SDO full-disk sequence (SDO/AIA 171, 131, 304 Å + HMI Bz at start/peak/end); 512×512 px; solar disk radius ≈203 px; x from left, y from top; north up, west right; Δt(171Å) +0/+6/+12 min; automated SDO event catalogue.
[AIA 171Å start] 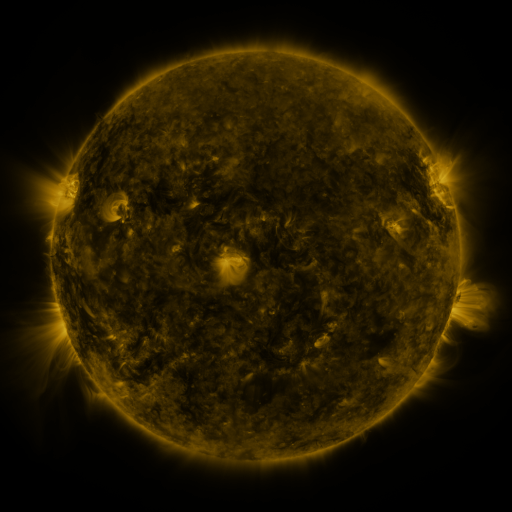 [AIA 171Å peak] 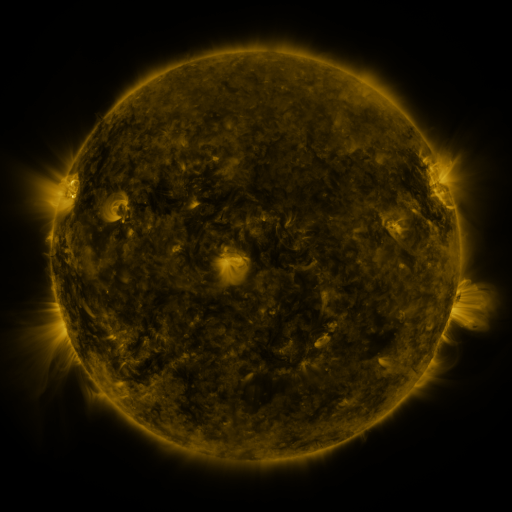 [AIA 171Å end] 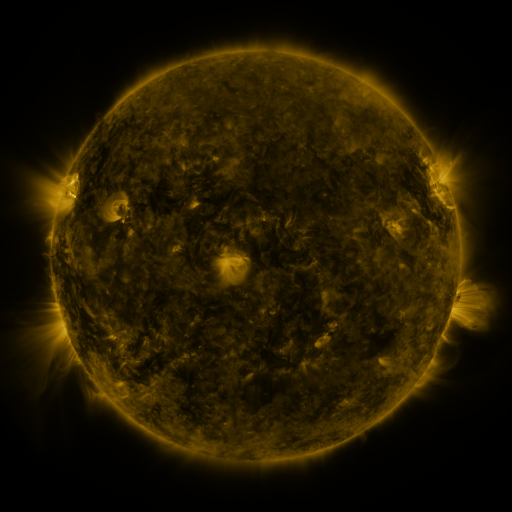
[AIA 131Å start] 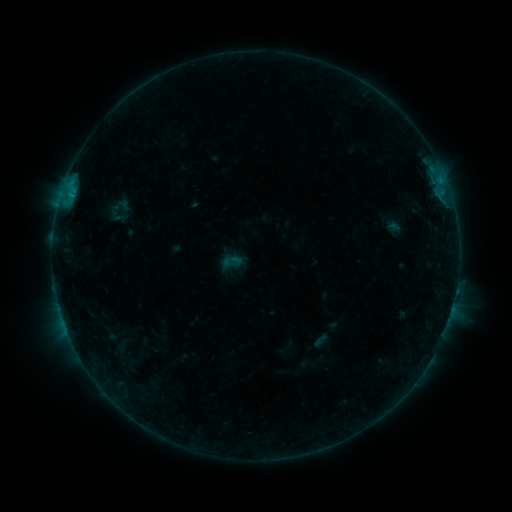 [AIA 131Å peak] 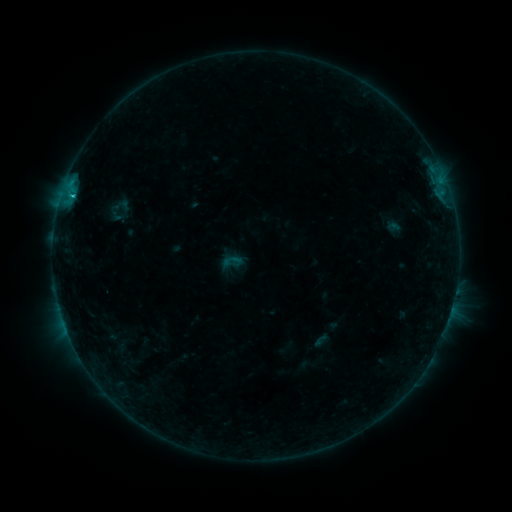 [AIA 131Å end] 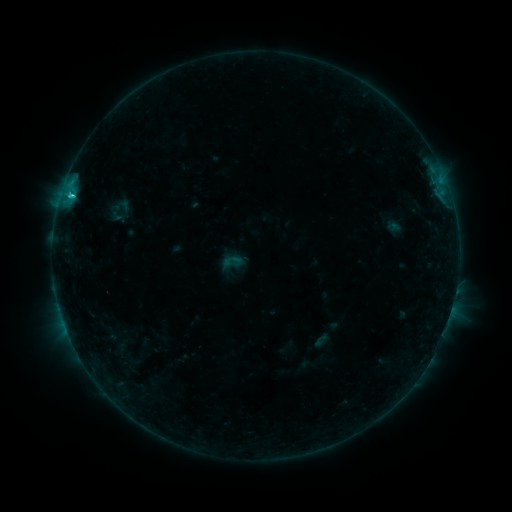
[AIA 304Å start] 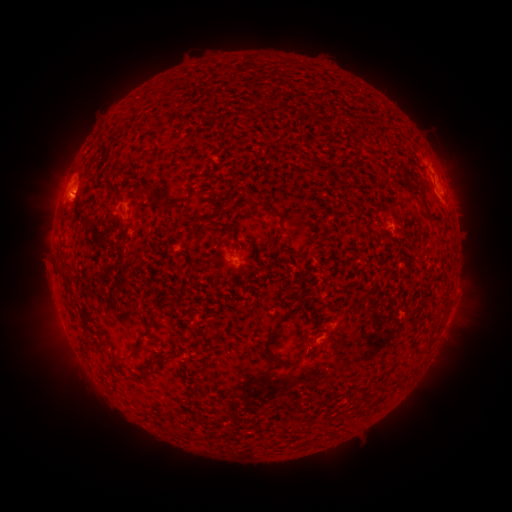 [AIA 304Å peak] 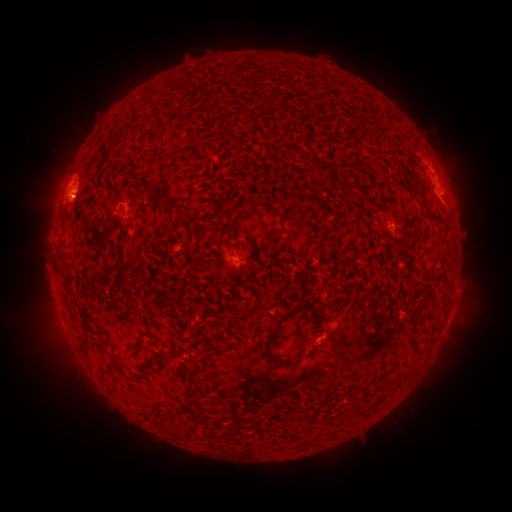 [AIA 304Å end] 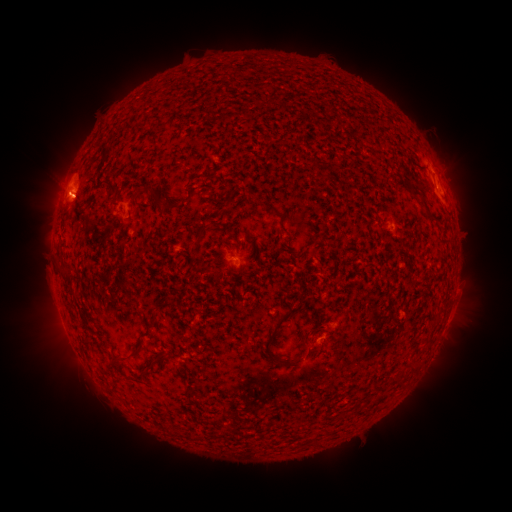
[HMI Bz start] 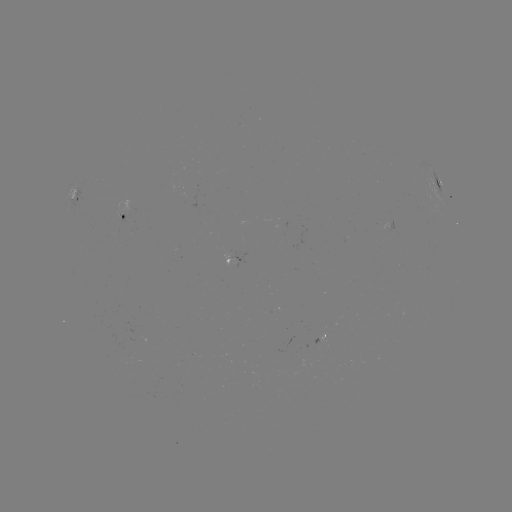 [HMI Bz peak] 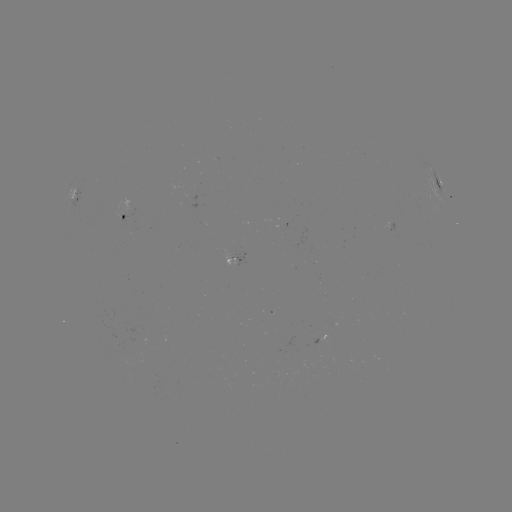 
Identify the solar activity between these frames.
C2.3 flare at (79, 177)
